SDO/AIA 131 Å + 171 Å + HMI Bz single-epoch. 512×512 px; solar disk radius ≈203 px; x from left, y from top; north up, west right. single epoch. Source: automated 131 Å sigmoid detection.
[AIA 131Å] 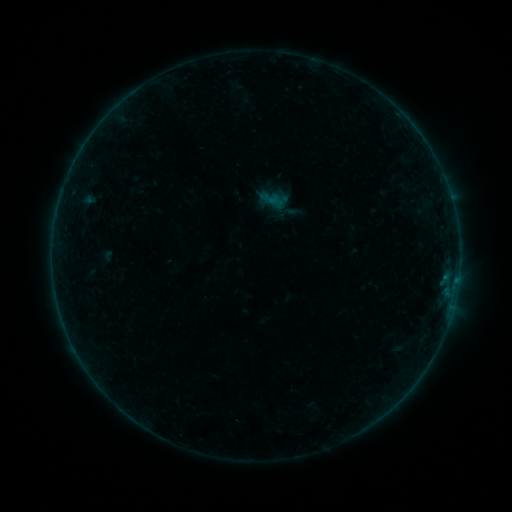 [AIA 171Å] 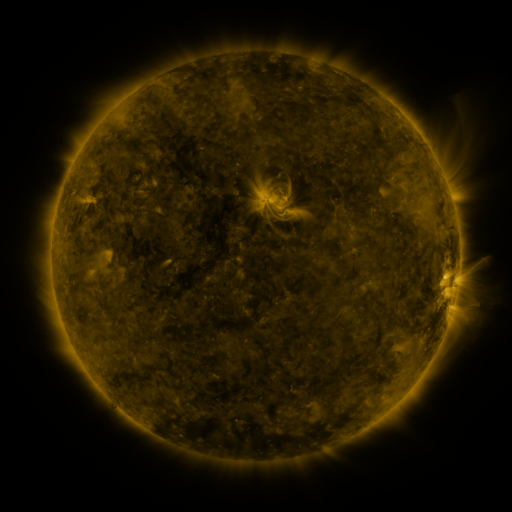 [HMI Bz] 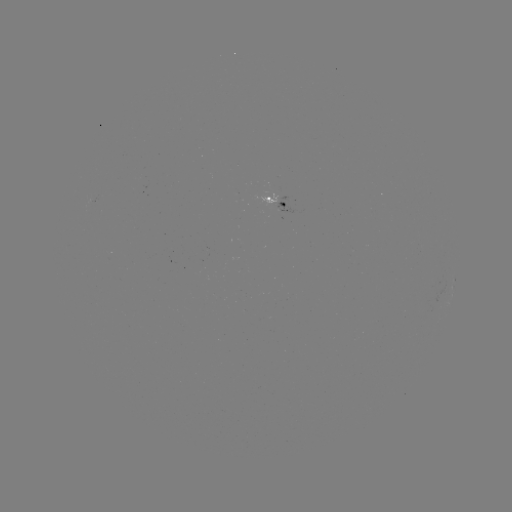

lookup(sigmoid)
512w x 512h (285, 213)